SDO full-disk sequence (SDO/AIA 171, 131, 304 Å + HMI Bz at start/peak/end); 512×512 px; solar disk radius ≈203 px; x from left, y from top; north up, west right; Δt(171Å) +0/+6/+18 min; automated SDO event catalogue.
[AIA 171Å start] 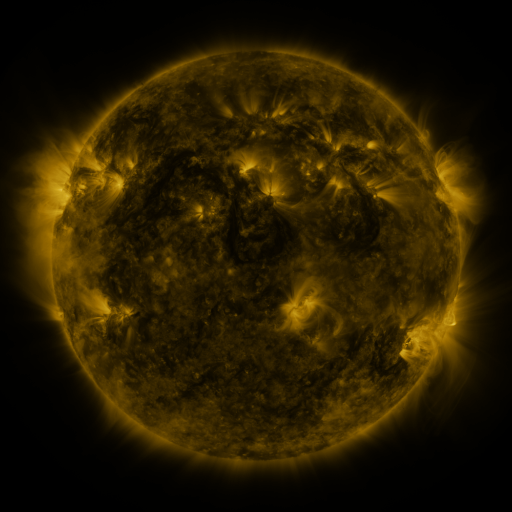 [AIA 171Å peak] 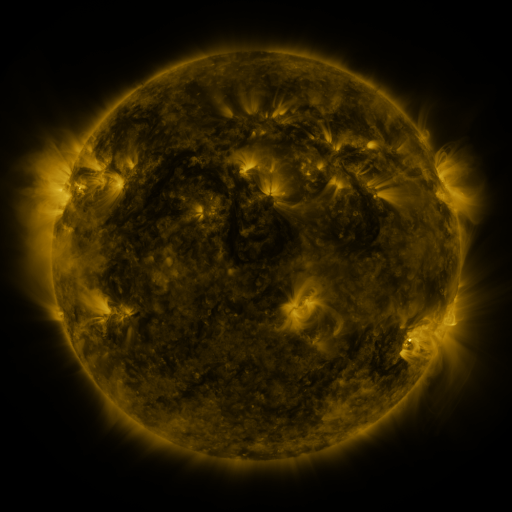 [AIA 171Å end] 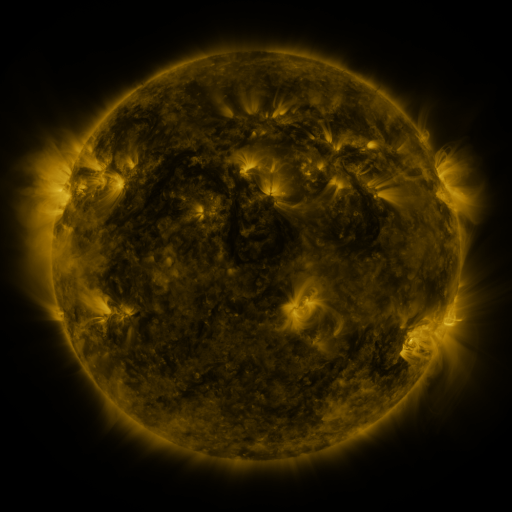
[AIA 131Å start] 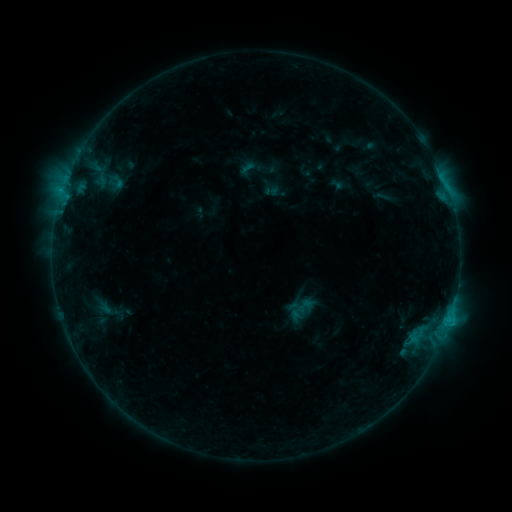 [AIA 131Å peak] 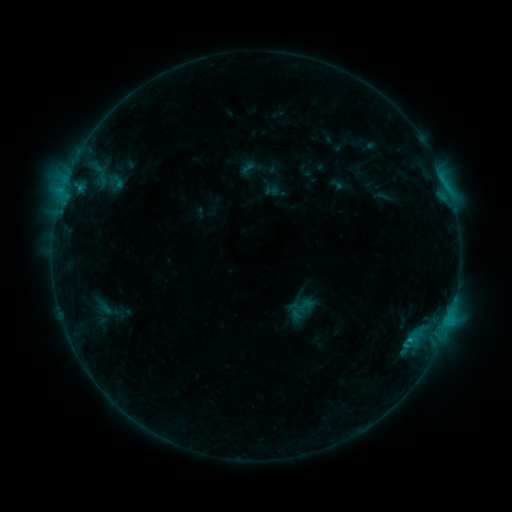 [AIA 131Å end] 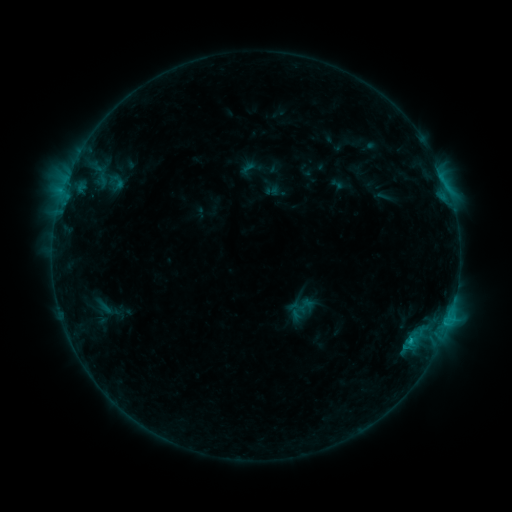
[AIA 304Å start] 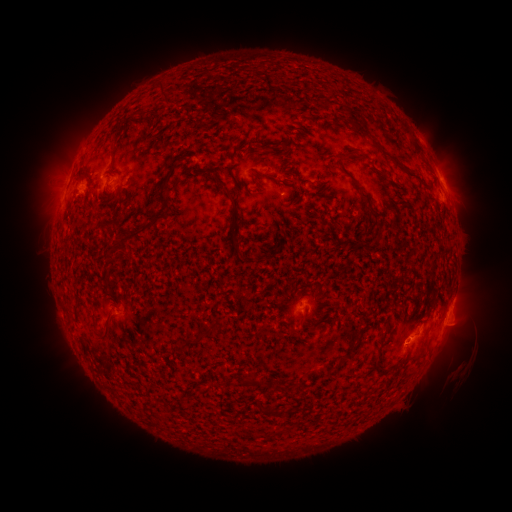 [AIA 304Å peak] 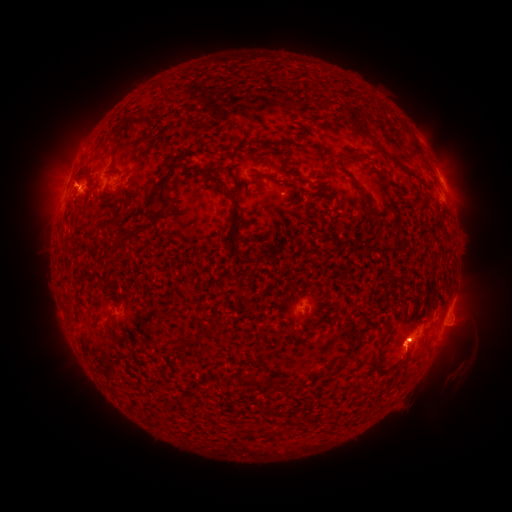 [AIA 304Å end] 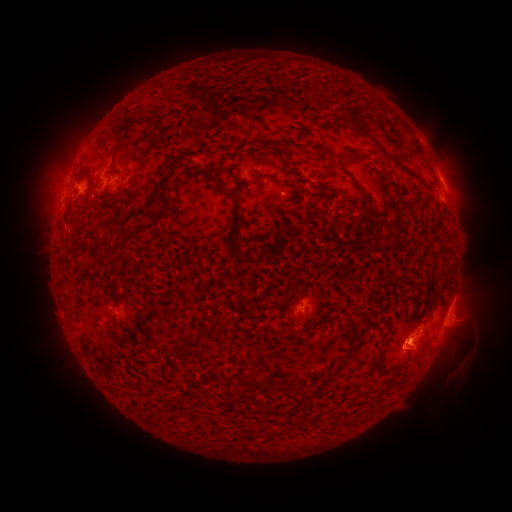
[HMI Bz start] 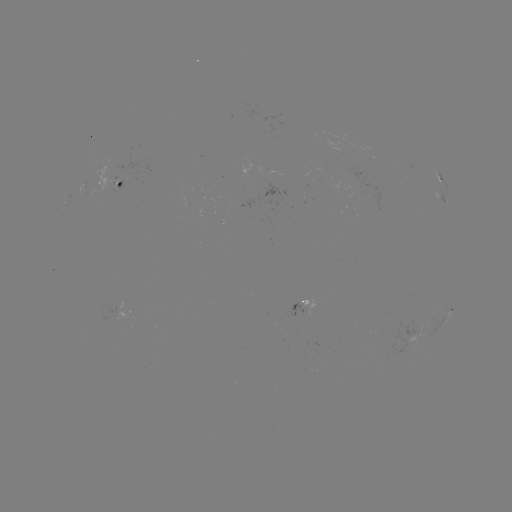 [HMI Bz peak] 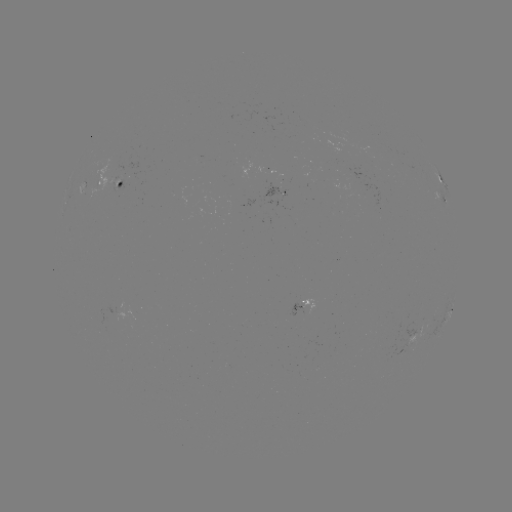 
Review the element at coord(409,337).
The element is B9.9 flare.